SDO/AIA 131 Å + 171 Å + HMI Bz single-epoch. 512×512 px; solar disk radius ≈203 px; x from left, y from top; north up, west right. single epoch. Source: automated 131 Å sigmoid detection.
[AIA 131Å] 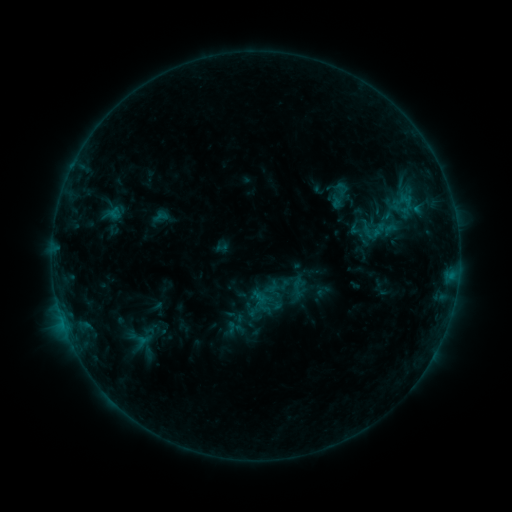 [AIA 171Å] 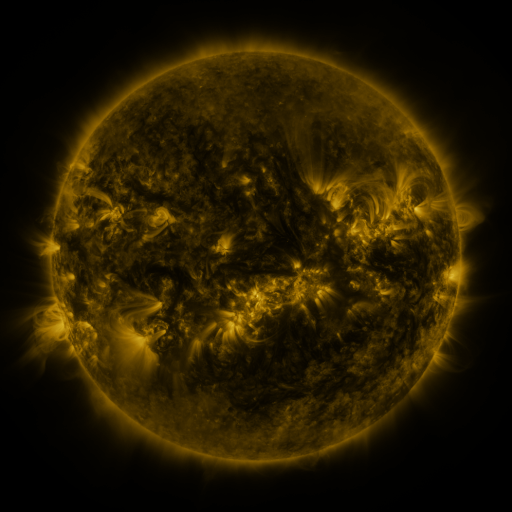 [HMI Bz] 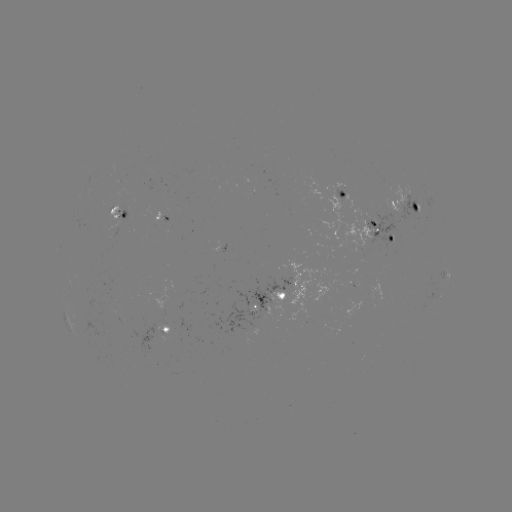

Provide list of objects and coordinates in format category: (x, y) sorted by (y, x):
sigmoid: (340, 193)
